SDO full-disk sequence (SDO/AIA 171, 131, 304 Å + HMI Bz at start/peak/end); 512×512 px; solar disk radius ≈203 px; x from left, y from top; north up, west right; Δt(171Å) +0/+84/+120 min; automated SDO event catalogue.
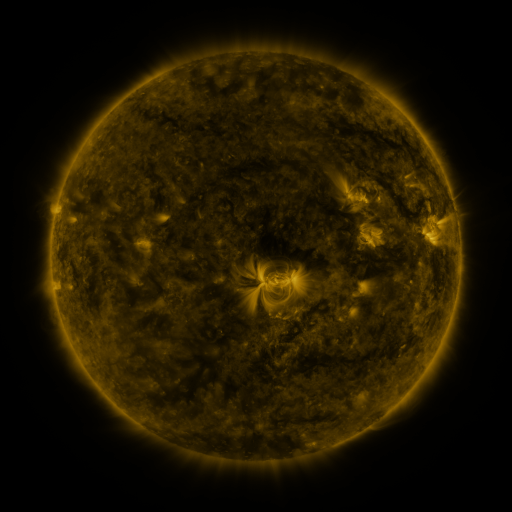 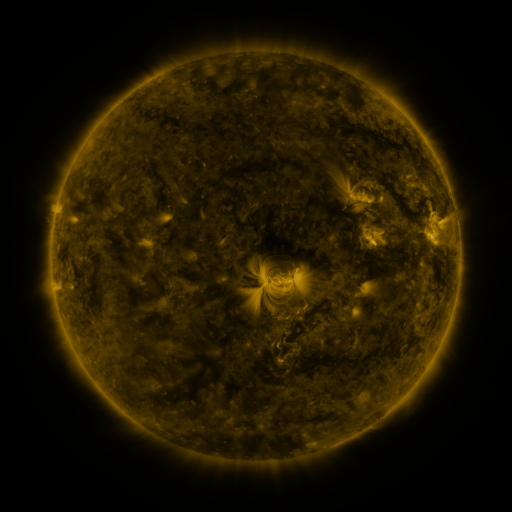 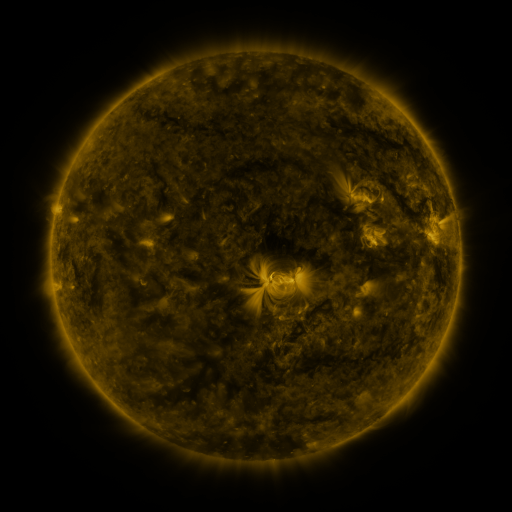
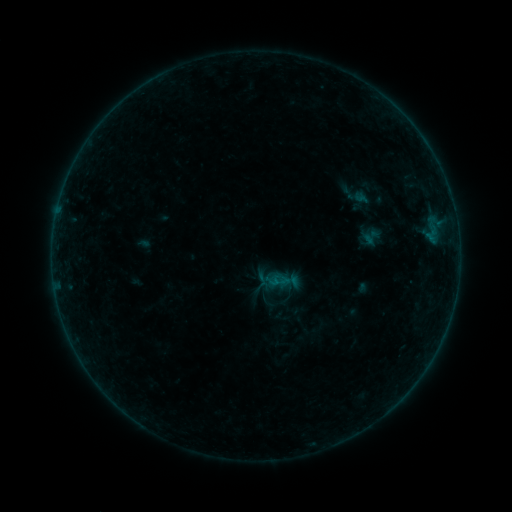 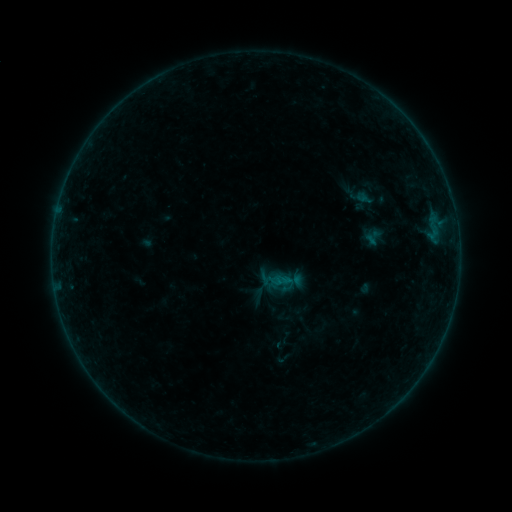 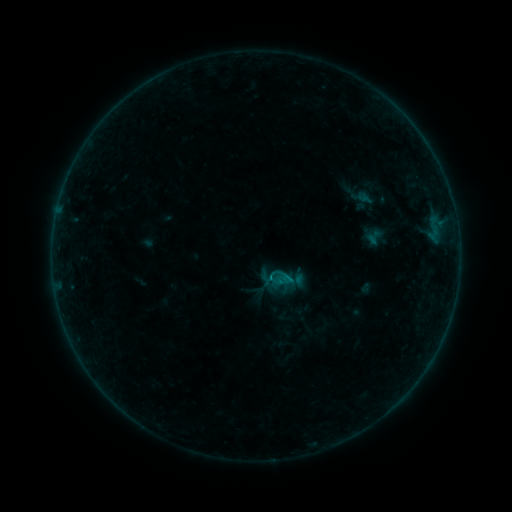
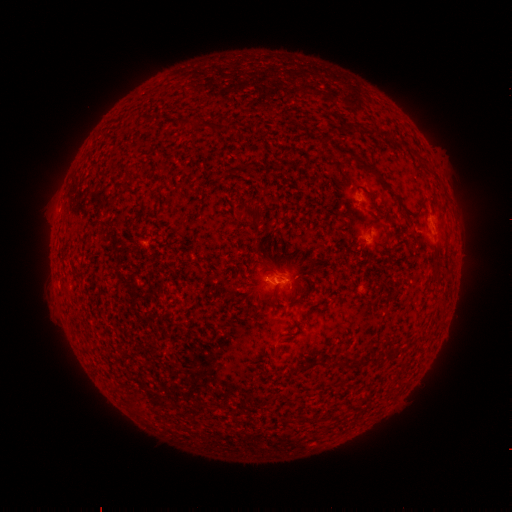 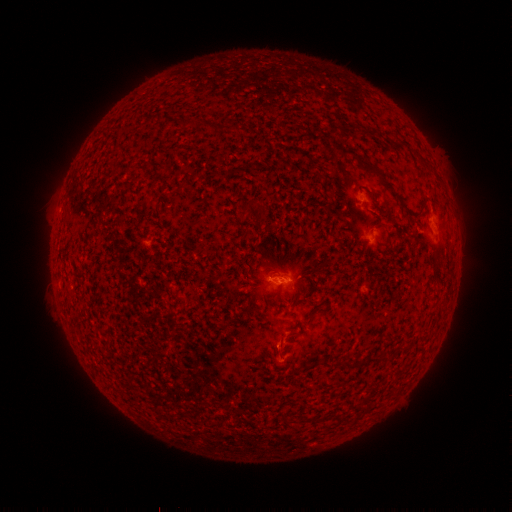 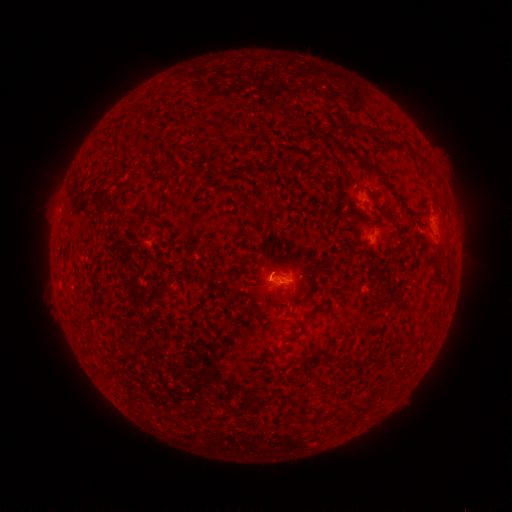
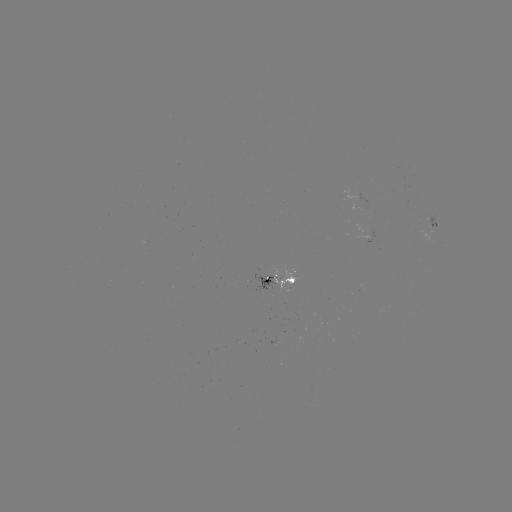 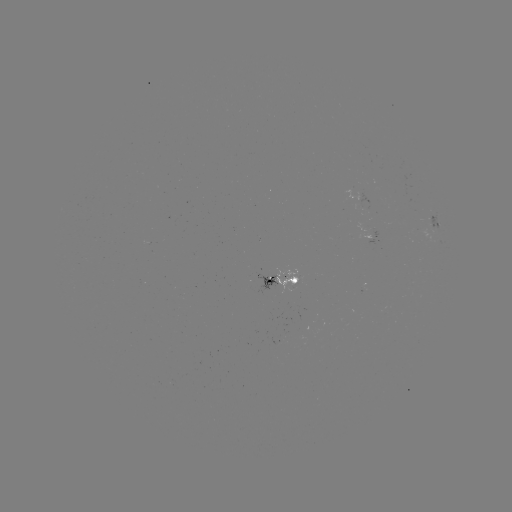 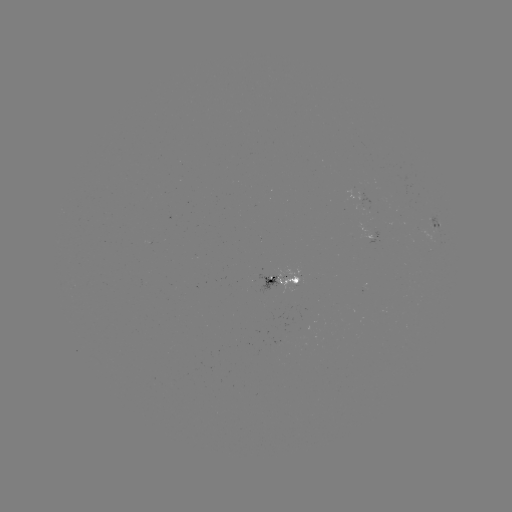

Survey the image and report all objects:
emerging-flux region: (372, 237)
